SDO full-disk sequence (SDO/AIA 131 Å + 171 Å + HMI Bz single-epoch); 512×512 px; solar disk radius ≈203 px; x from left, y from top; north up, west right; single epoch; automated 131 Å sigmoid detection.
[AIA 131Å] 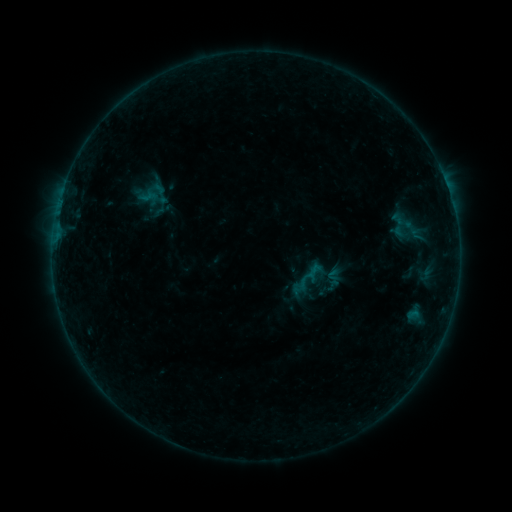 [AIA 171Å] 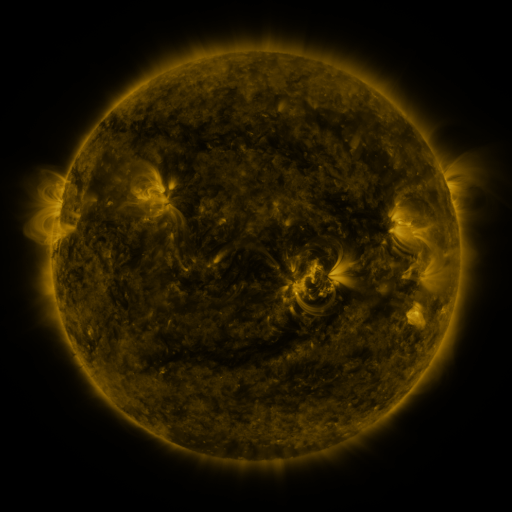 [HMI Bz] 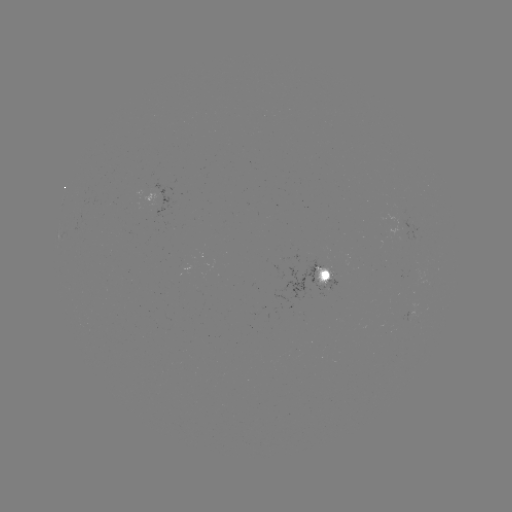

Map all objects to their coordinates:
sigmoid: <bbox>148, 181, 172, 205</bbox>
